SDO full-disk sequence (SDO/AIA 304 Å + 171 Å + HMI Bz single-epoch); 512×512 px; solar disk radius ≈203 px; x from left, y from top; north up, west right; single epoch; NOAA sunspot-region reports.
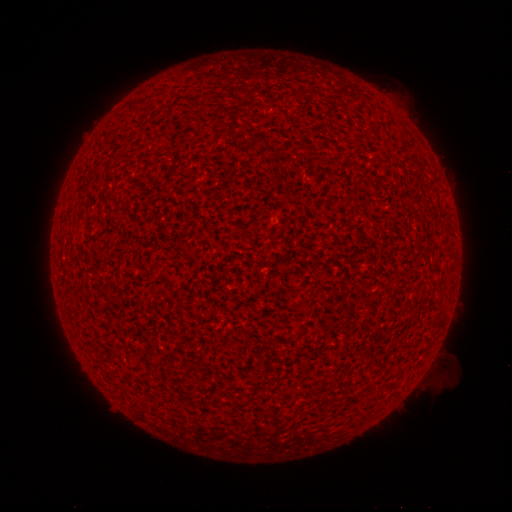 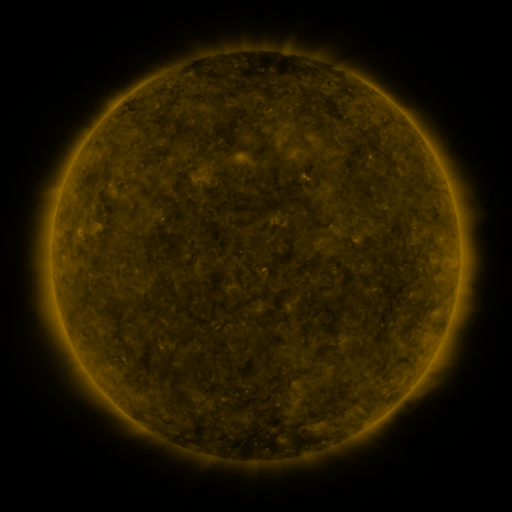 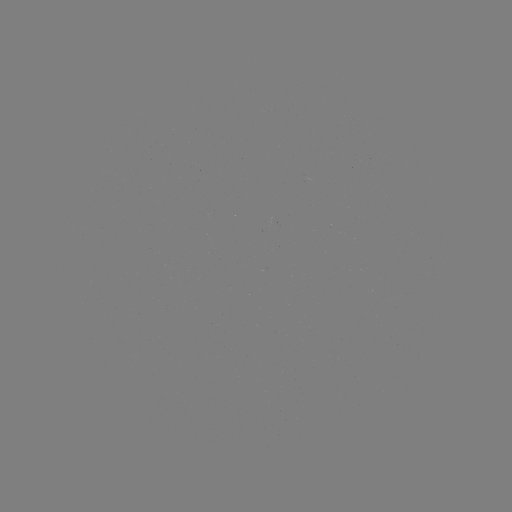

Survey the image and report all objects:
(none)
